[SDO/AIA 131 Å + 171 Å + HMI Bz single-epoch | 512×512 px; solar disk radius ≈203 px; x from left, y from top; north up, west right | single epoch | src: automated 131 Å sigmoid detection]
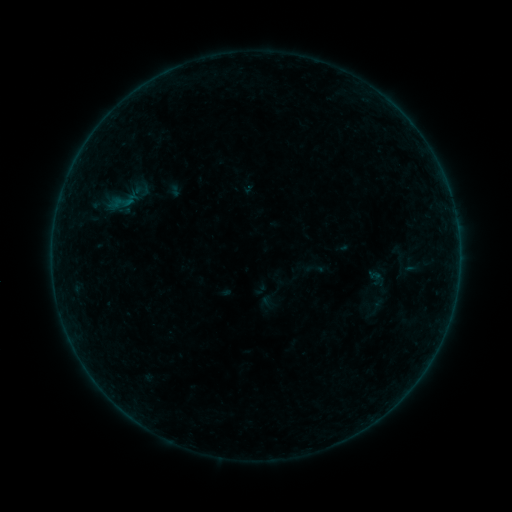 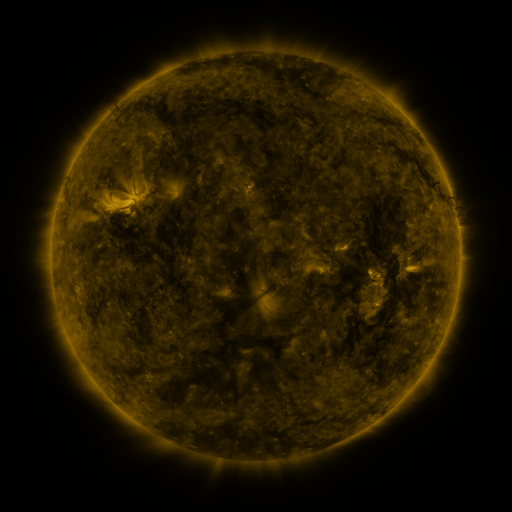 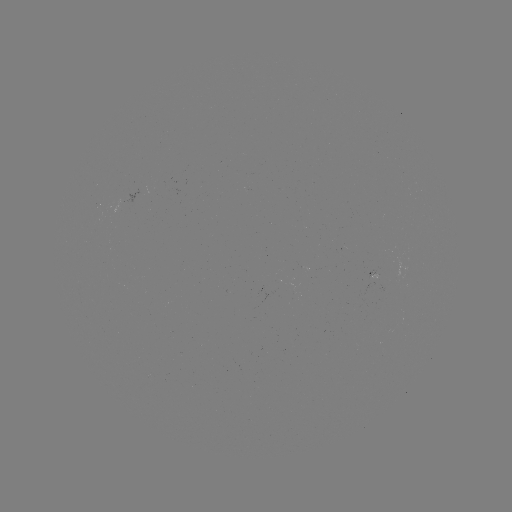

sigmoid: <bbox>304, 258, 325, 279</bbox>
